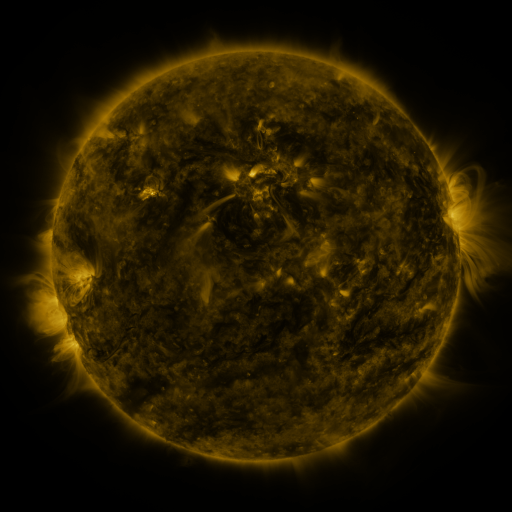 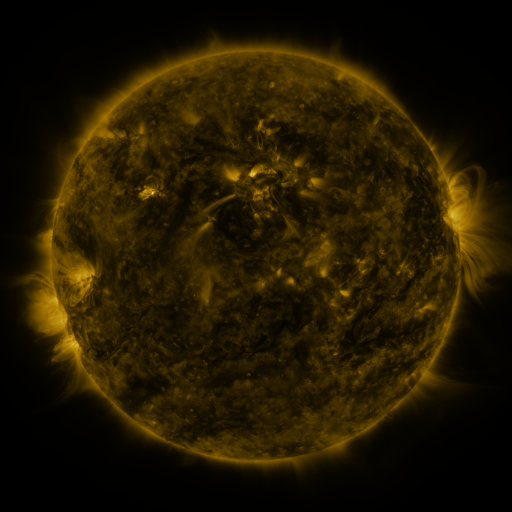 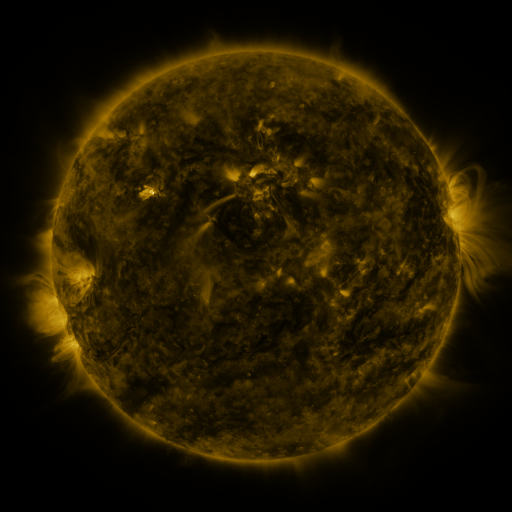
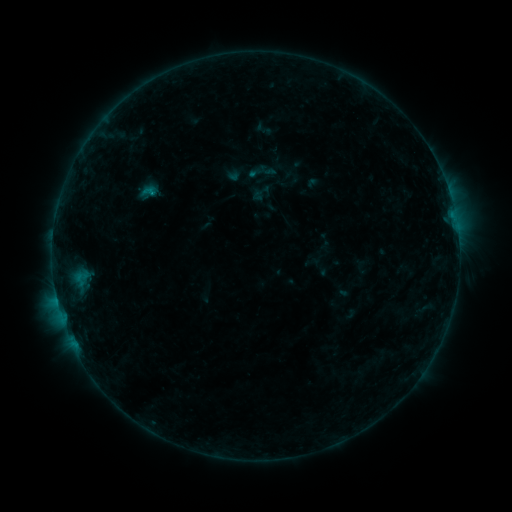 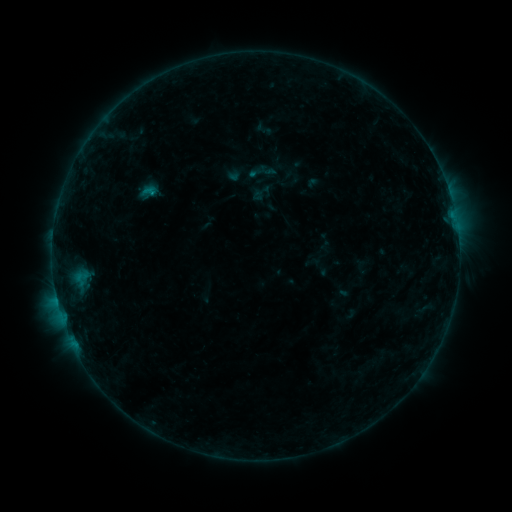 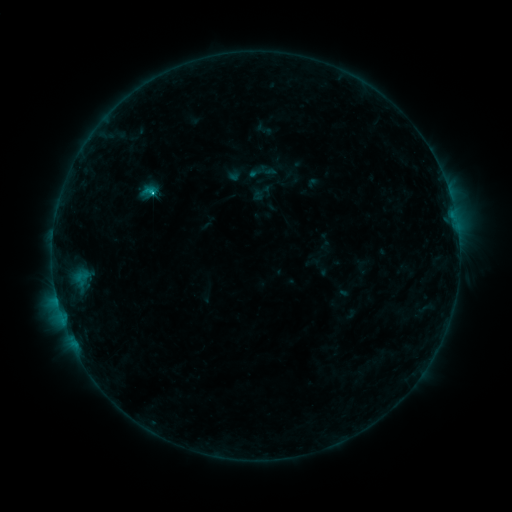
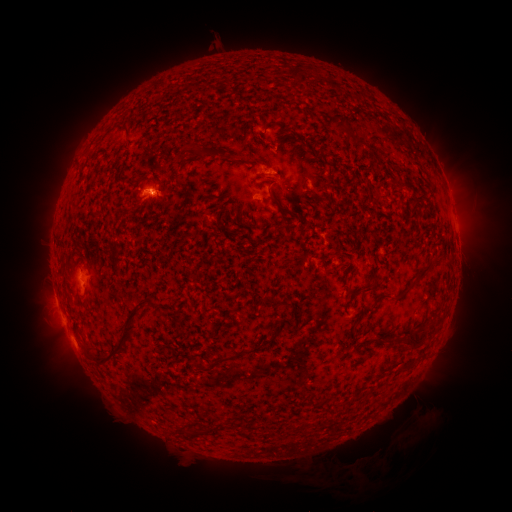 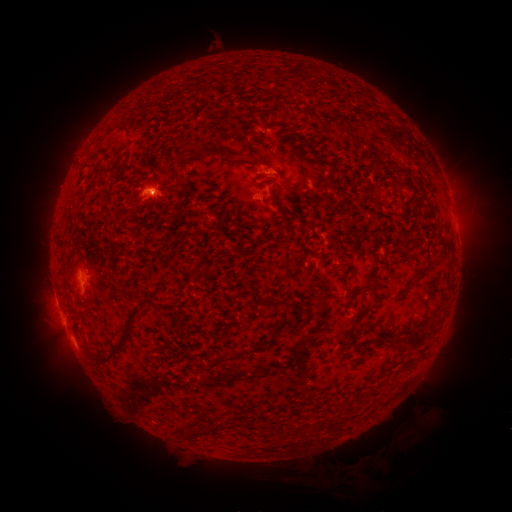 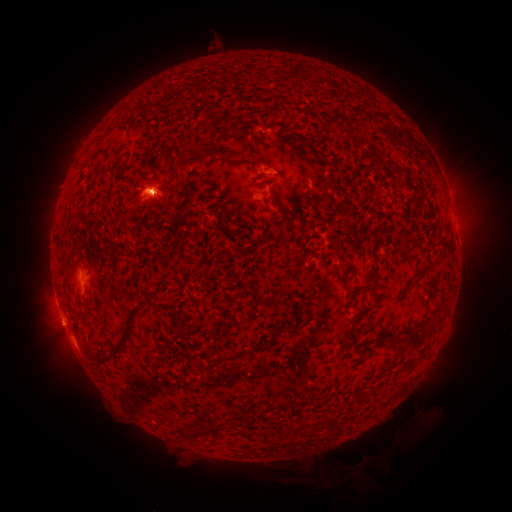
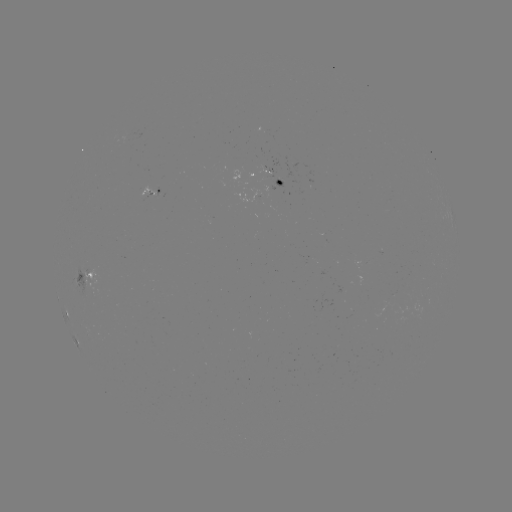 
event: flare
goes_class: C1.0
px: (153, 193)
